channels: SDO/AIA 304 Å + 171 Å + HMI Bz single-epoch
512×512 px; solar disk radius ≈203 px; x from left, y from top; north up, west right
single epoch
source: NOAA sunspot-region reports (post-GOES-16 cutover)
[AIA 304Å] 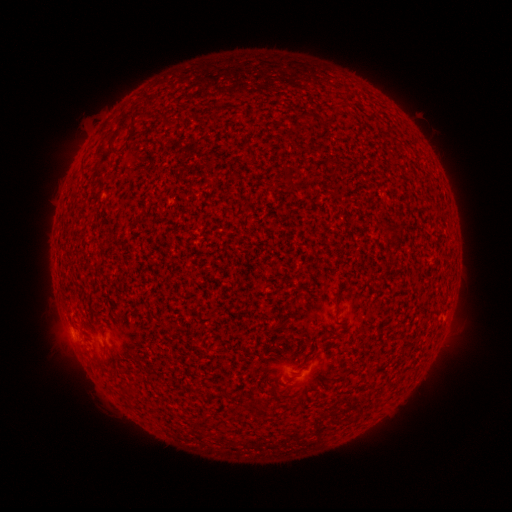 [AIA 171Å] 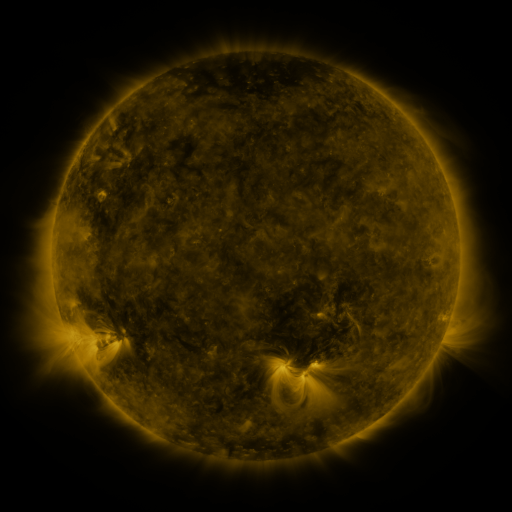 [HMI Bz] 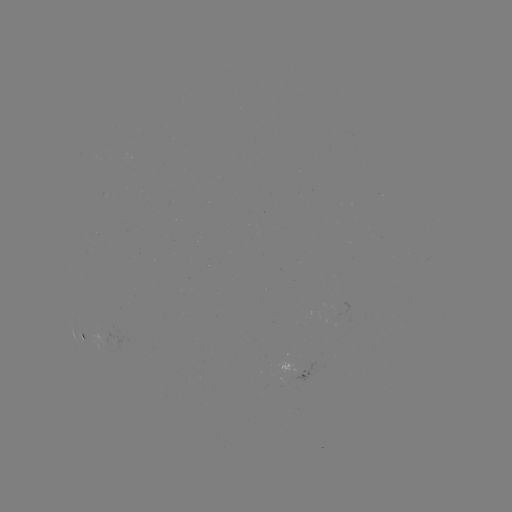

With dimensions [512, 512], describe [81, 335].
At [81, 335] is spotted active region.